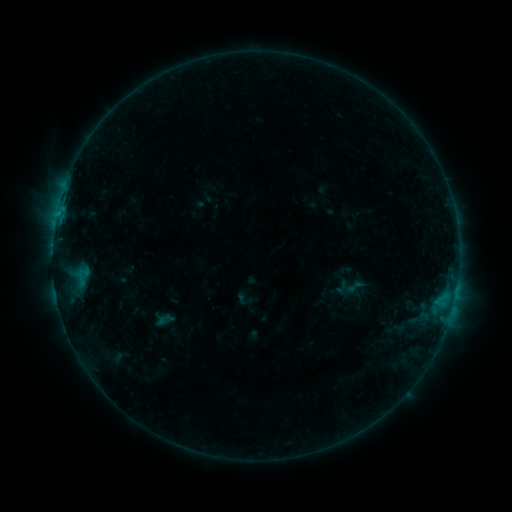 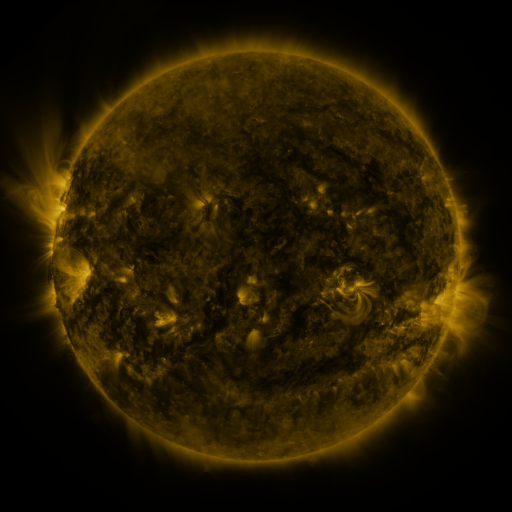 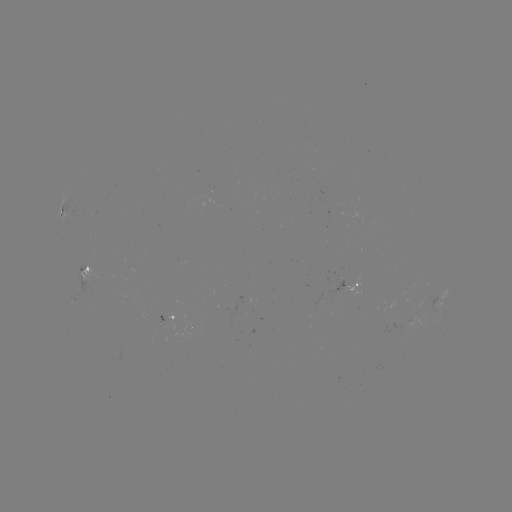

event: sigmoid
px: (355, 287)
